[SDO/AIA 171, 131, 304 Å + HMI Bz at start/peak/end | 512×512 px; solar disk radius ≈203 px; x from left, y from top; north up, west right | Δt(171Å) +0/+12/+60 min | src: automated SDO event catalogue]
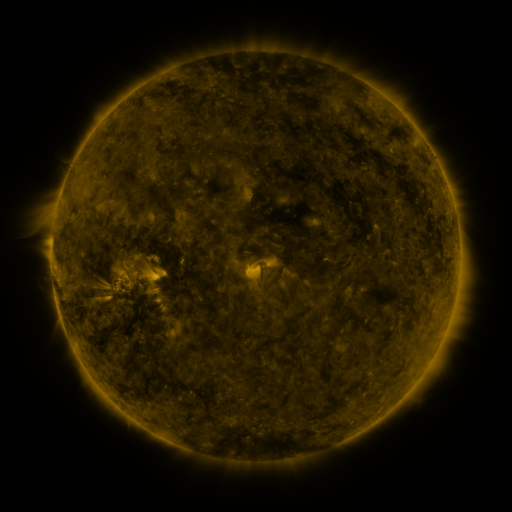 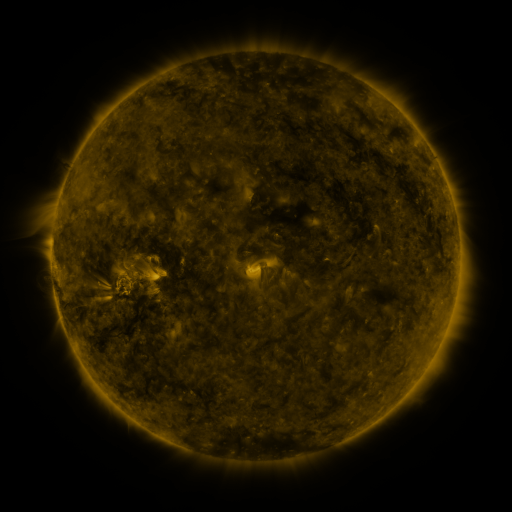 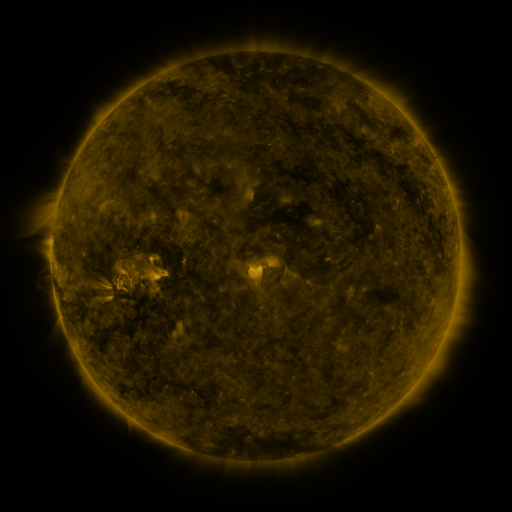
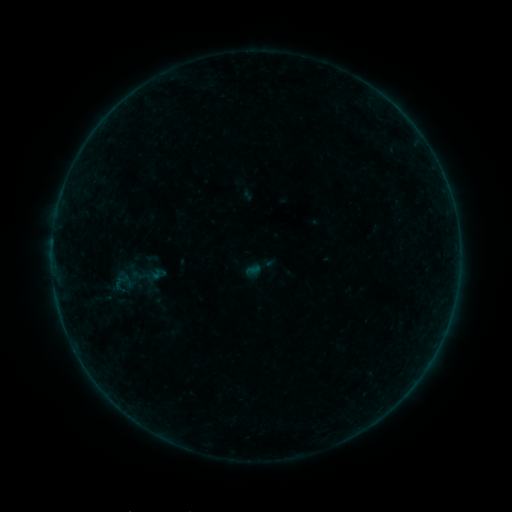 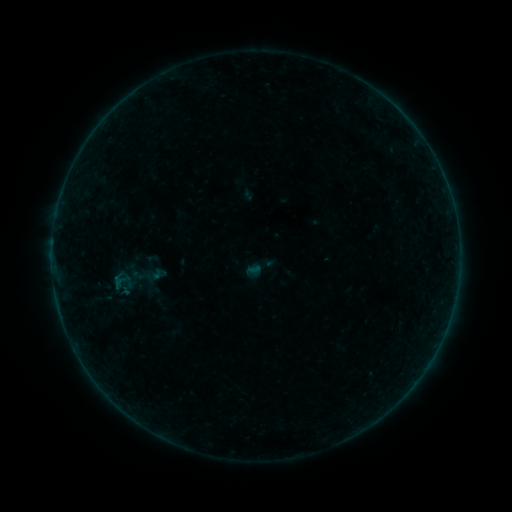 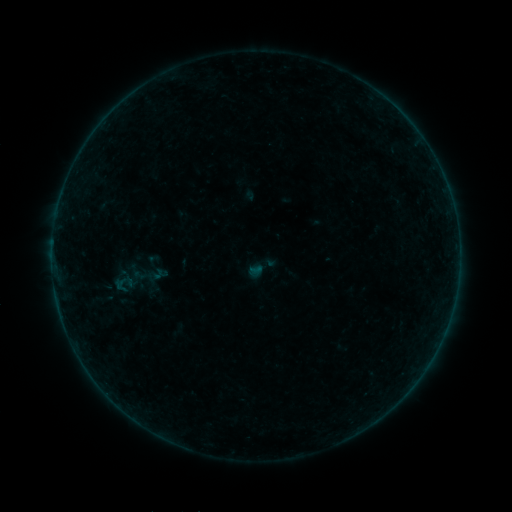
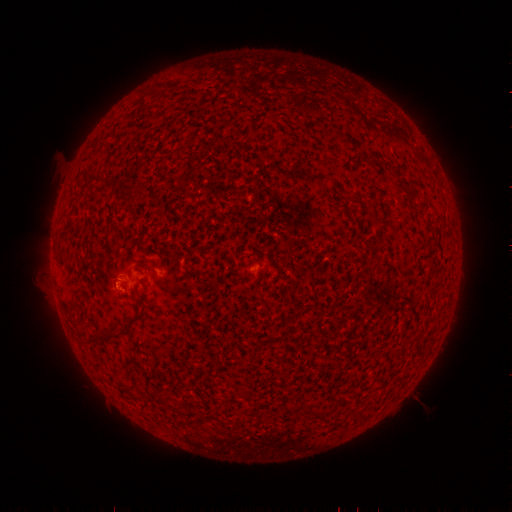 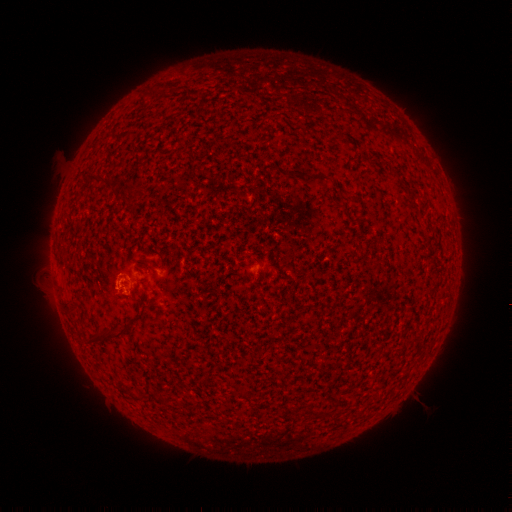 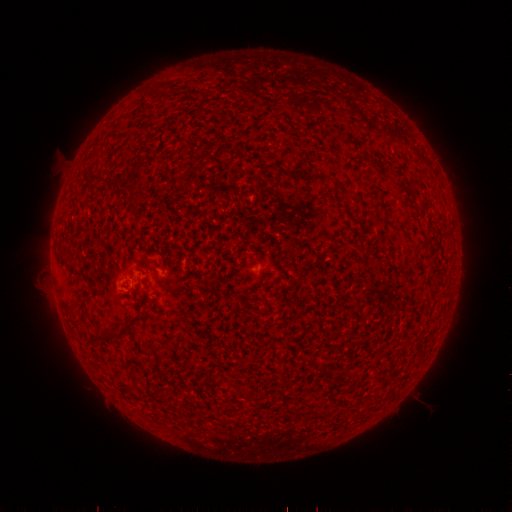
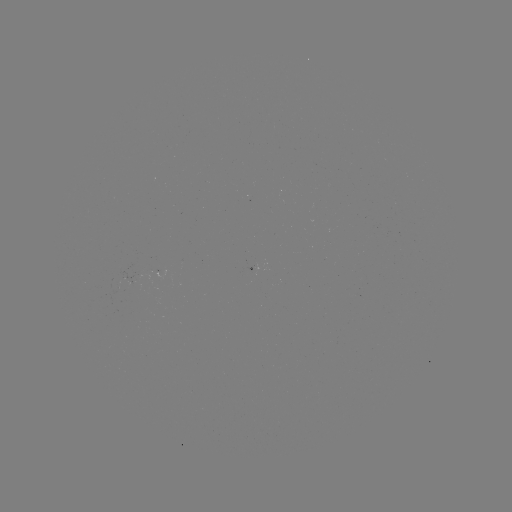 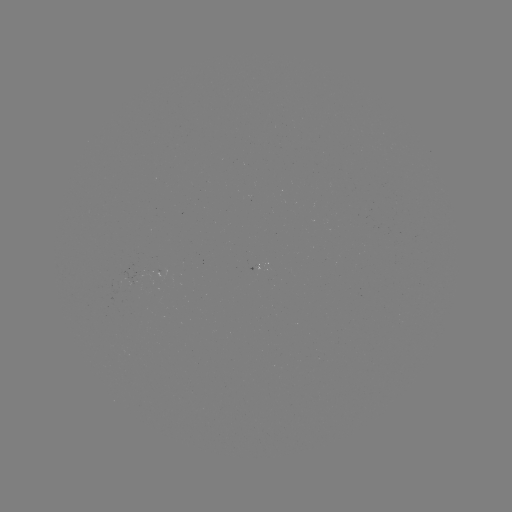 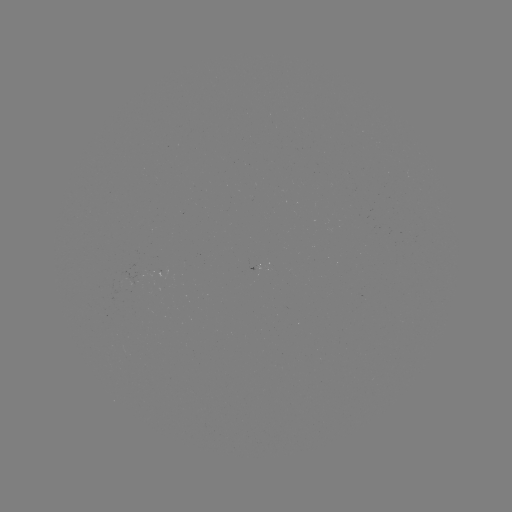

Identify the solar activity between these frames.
B1.1 flare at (117, 278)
